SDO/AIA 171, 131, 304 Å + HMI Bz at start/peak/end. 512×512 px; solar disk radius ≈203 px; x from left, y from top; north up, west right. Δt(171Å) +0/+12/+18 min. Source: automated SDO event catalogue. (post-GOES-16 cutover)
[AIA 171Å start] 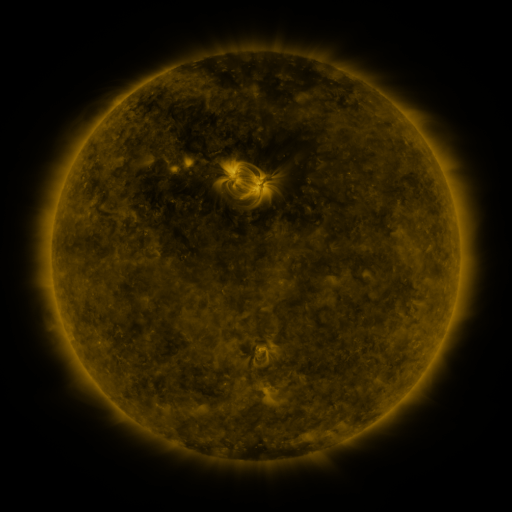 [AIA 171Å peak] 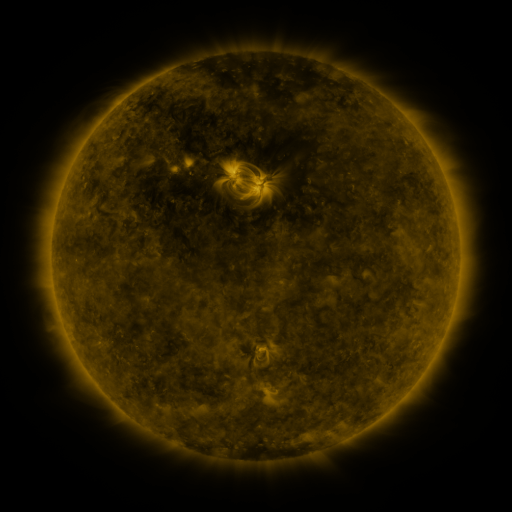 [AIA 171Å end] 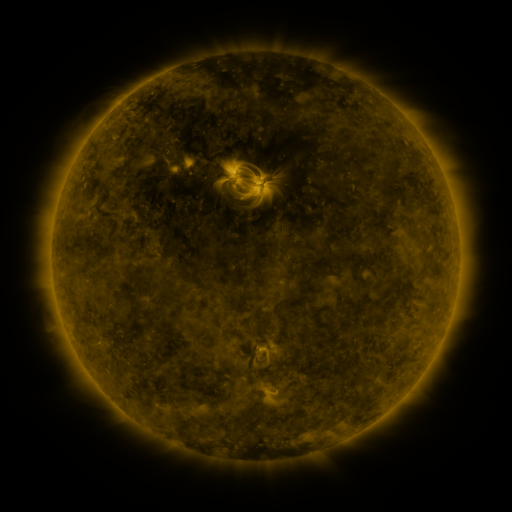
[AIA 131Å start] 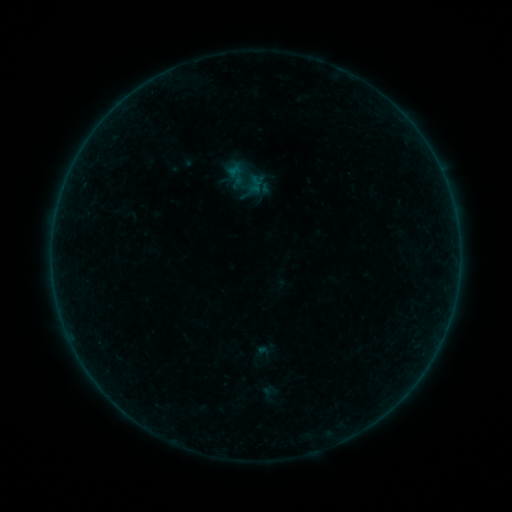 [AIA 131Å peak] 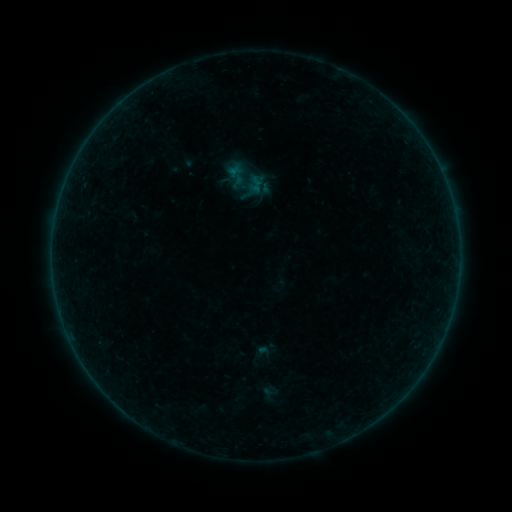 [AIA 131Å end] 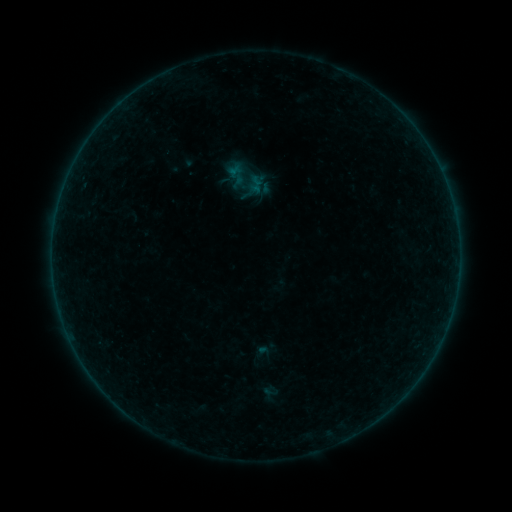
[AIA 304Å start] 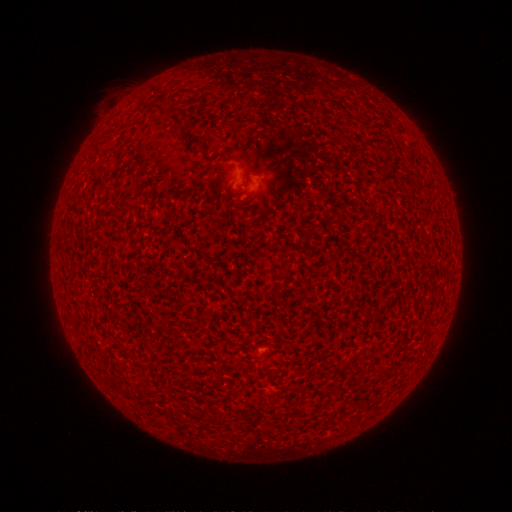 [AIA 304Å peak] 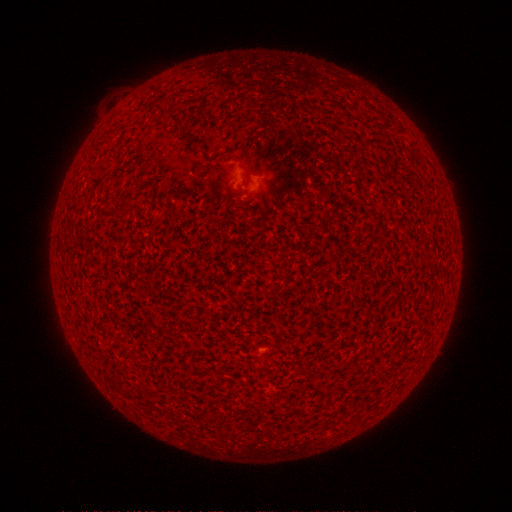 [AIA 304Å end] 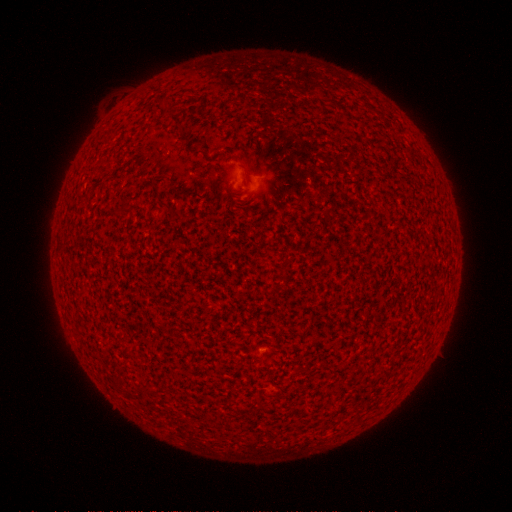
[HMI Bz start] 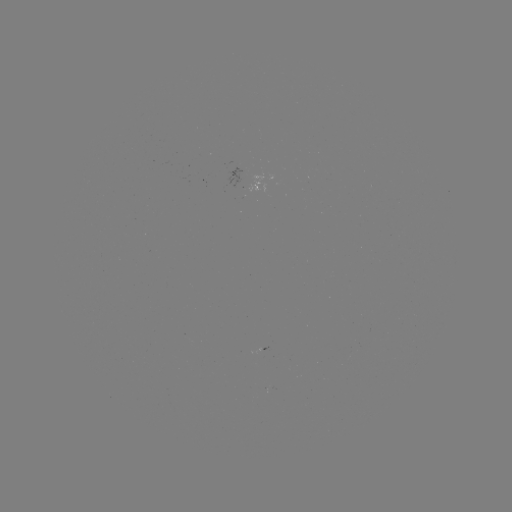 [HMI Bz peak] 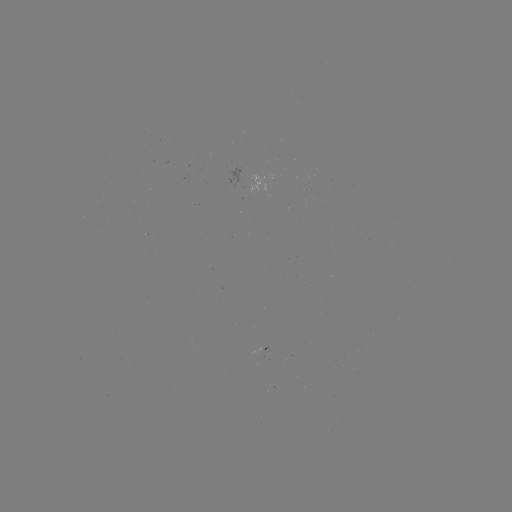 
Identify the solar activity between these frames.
A5.4 flare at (273, 394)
